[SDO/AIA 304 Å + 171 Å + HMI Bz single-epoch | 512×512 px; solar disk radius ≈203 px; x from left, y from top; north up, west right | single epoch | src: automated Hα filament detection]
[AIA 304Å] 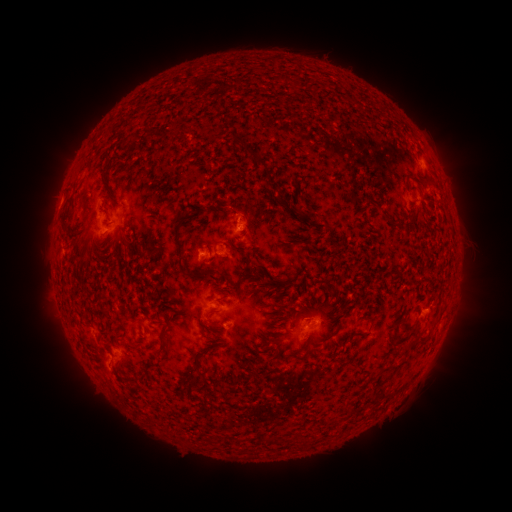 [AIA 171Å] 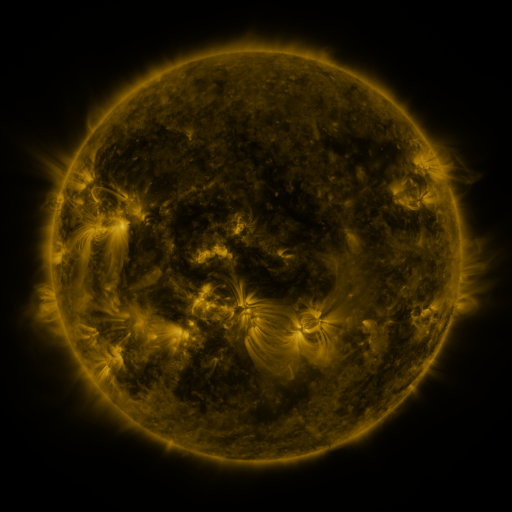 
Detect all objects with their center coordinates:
filament: (215, 131)
filament: (174, 133)
filament: (121, 144)
filament: (254, 158)
filament: (107, 167)
filament: (82, 170)
filament: (63, 225)
filament: (178, 242)
filament: (202, 273)
filament: (265, 285)
filament: (349, 313)
filament: (213, 326)
filament: (424, 335)
filament: (166, 337)
filament: (213, 349)
filament: (304, 356)
filament: (199, 365)
